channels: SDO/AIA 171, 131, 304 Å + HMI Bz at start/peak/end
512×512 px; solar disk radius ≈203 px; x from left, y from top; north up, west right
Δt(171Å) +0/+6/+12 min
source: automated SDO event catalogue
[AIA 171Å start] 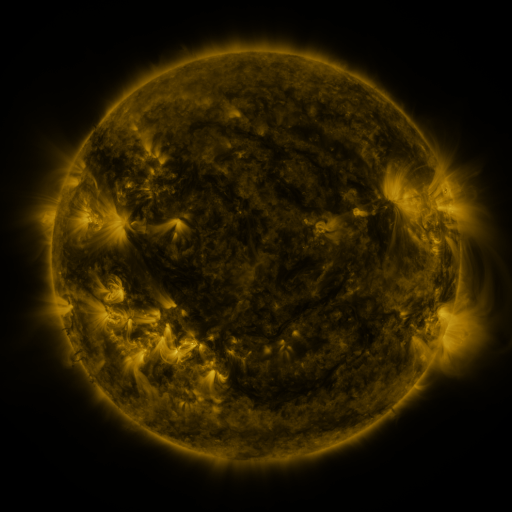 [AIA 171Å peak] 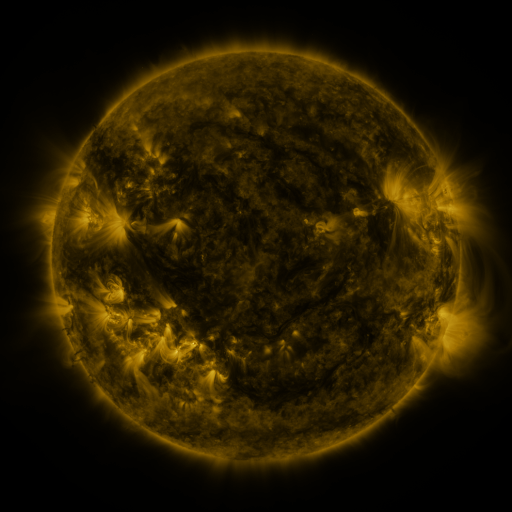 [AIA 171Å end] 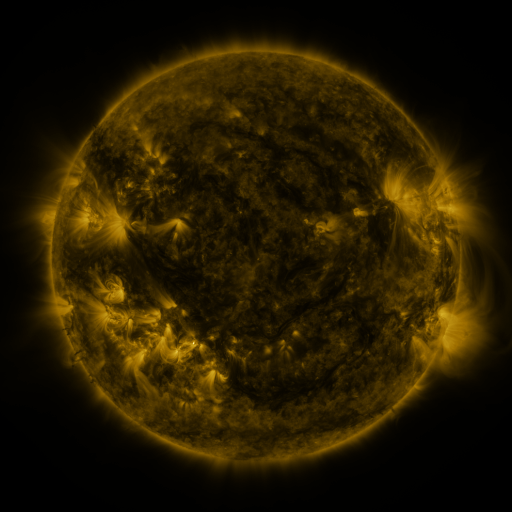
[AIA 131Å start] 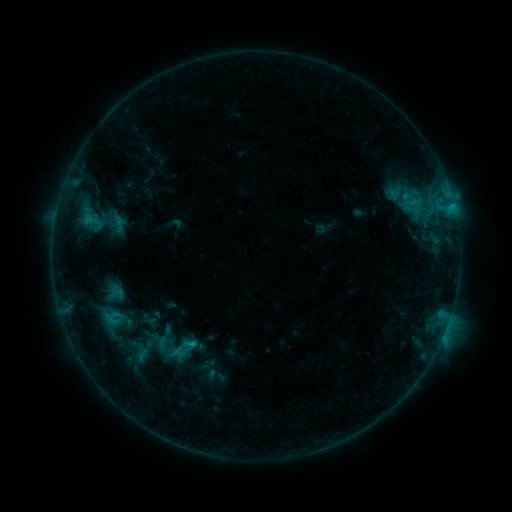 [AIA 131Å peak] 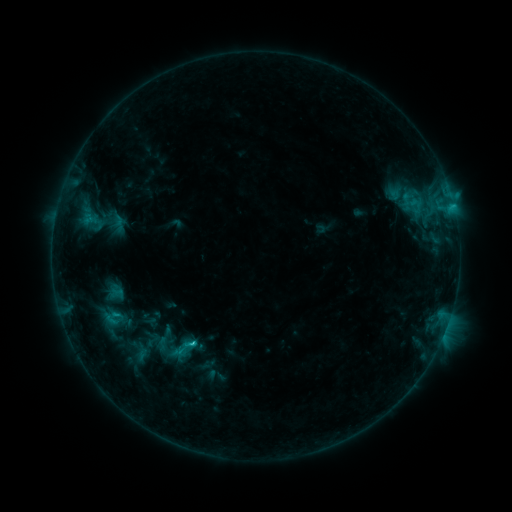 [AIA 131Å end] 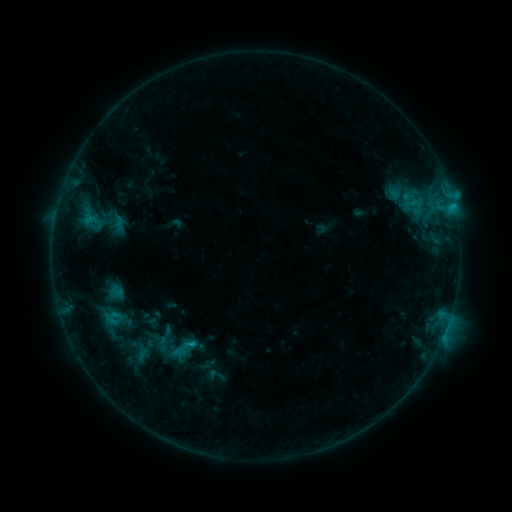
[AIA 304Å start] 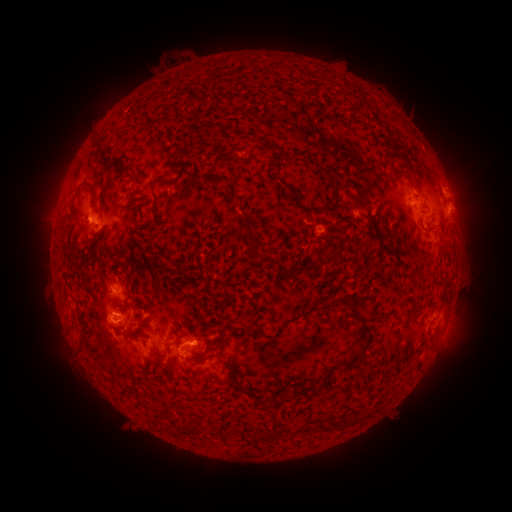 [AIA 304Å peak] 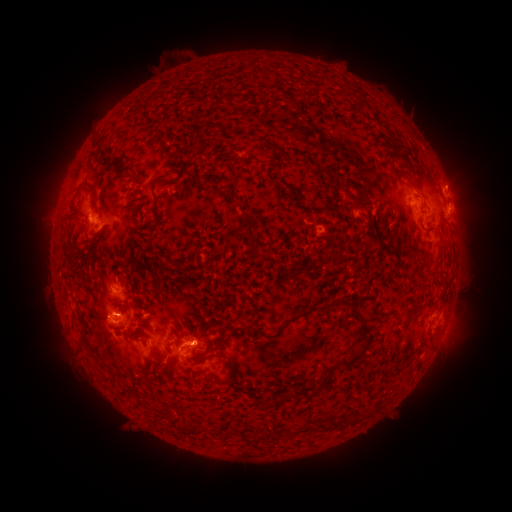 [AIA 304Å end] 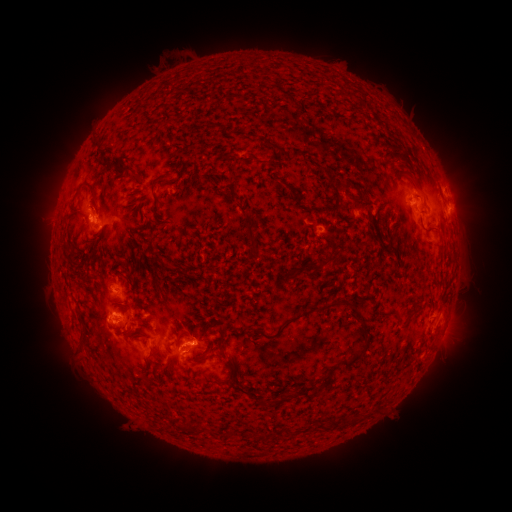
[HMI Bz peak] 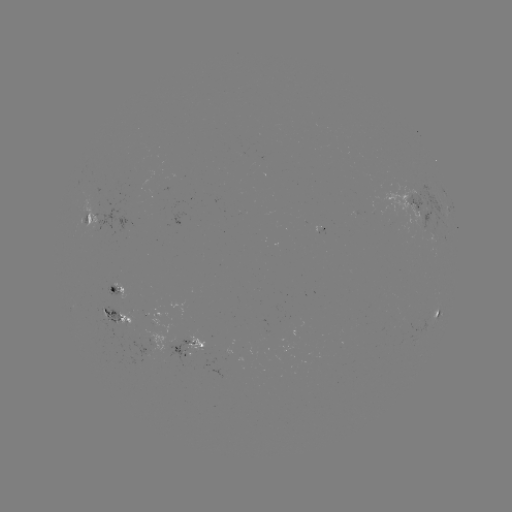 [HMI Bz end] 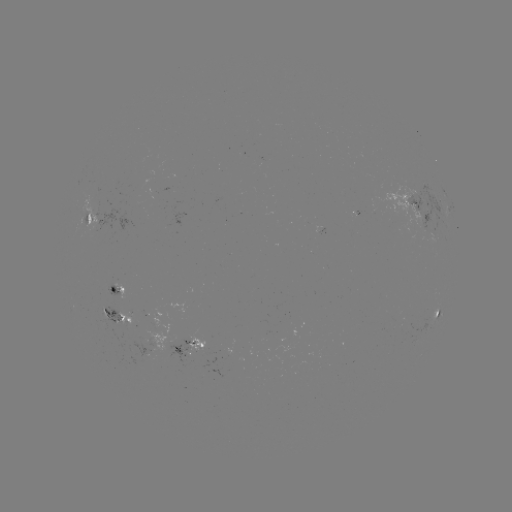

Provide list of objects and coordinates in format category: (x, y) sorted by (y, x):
C1.5 flare: (192, 340)
